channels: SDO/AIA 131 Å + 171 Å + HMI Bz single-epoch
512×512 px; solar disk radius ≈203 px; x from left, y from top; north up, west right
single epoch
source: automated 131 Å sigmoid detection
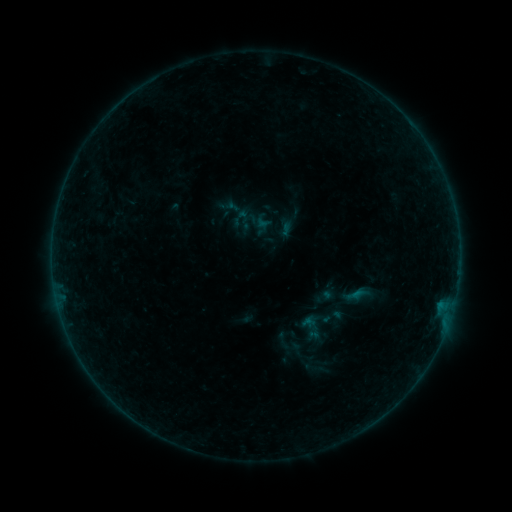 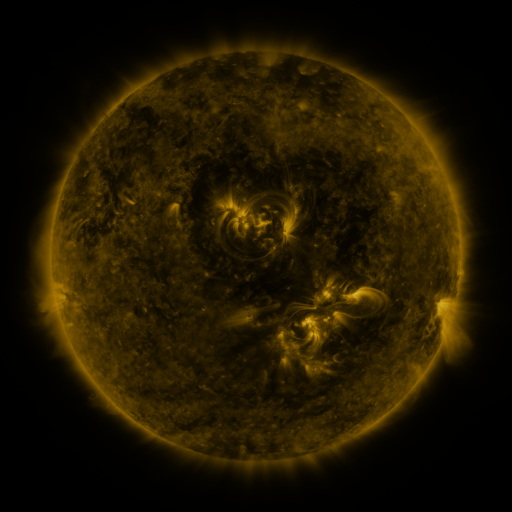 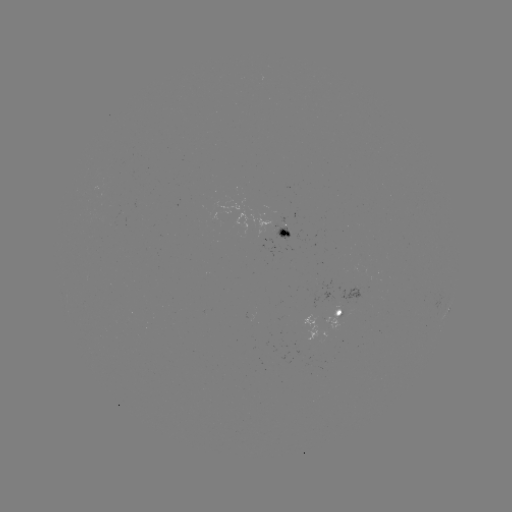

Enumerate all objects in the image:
sigmoid: (303, 355, 329, 382)
